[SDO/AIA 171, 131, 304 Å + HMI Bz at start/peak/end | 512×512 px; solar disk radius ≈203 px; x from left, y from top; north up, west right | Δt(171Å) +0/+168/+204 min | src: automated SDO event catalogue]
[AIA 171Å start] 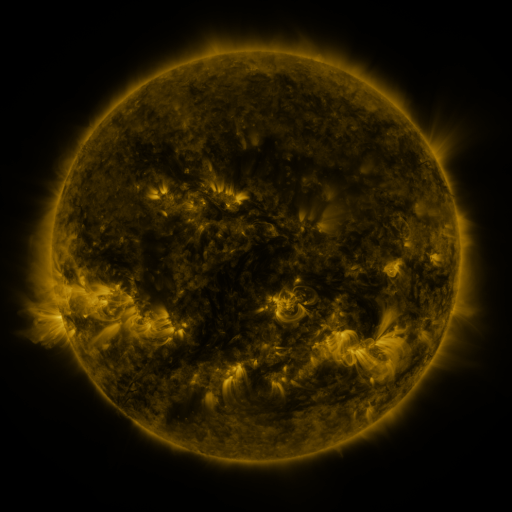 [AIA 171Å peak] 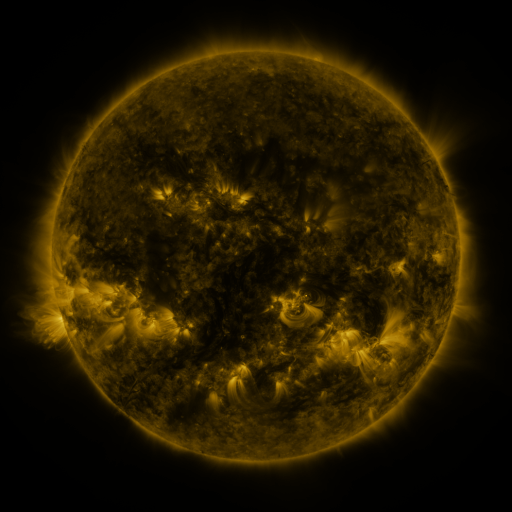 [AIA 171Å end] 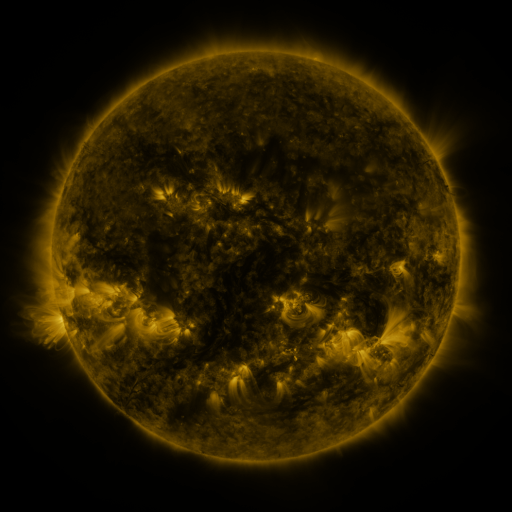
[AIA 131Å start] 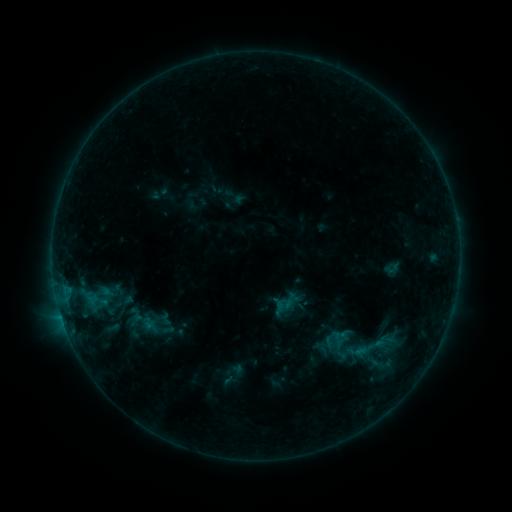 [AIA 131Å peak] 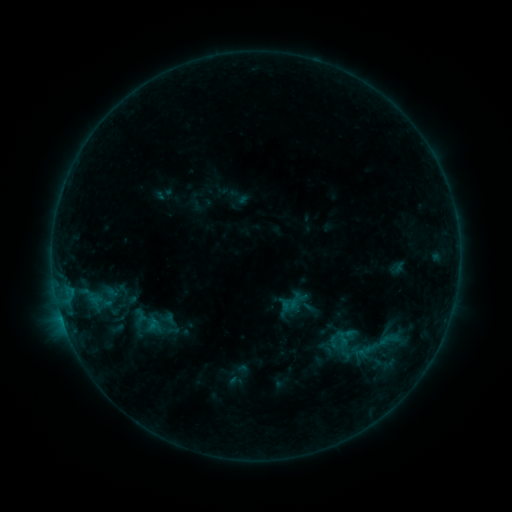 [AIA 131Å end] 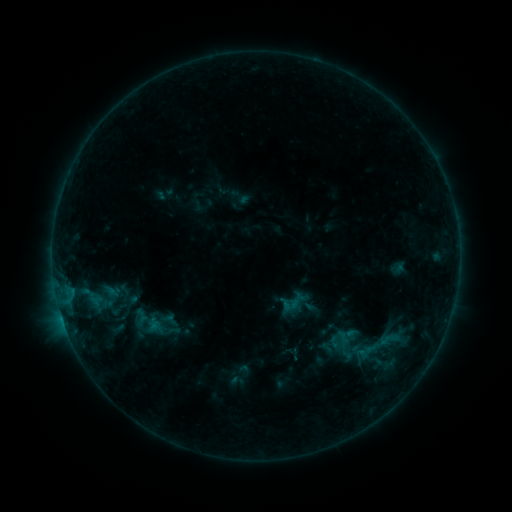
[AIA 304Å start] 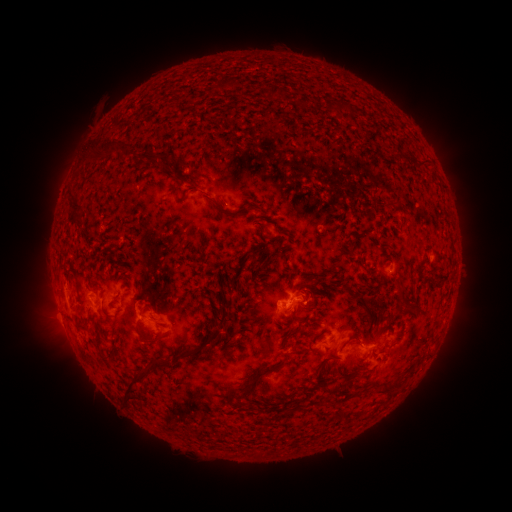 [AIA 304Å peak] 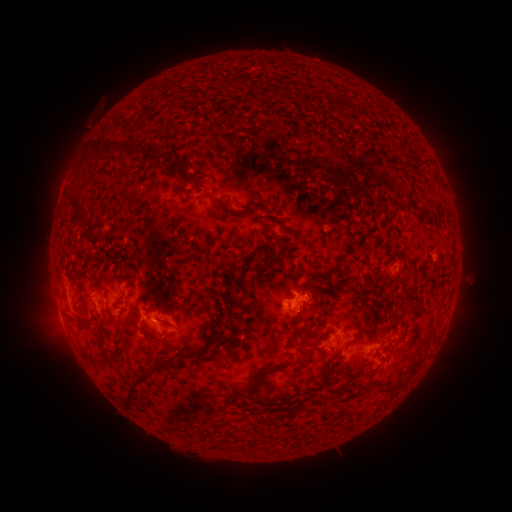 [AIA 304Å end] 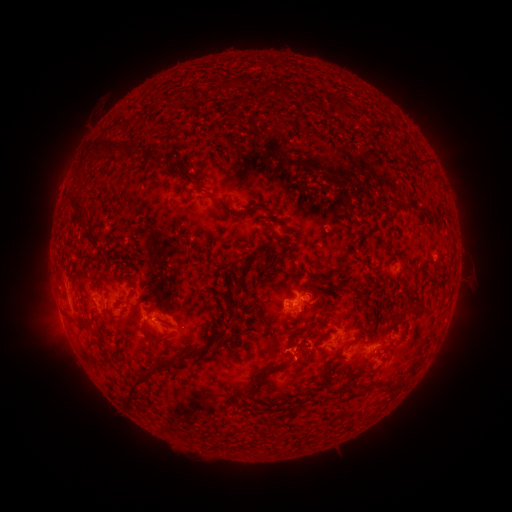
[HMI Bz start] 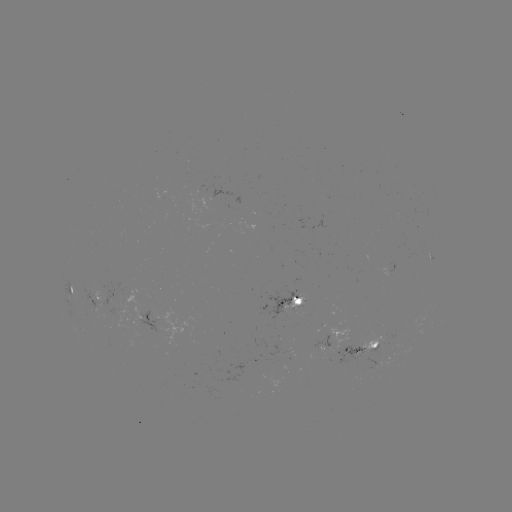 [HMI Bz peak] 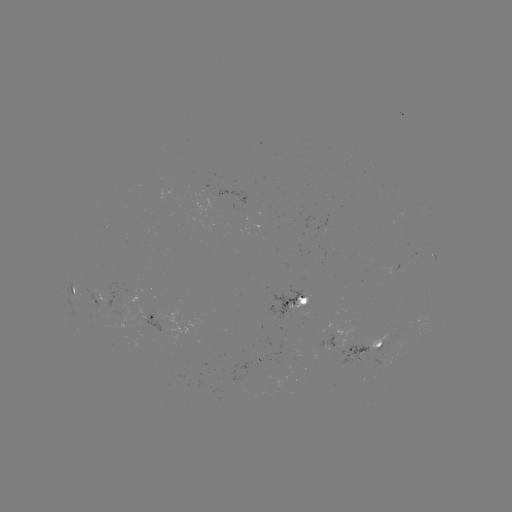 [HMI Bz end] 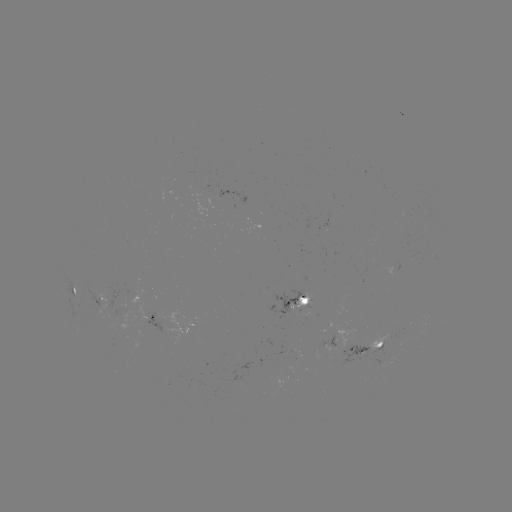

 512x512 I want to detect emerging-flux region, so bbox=[318, 326, 354, 348].